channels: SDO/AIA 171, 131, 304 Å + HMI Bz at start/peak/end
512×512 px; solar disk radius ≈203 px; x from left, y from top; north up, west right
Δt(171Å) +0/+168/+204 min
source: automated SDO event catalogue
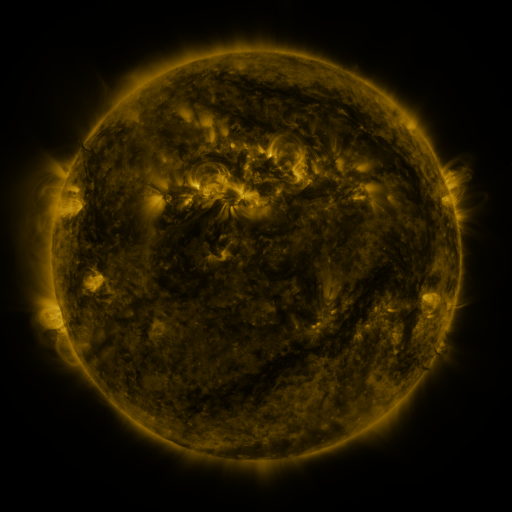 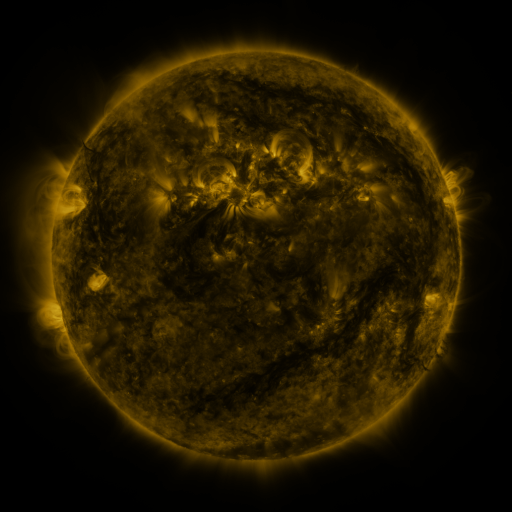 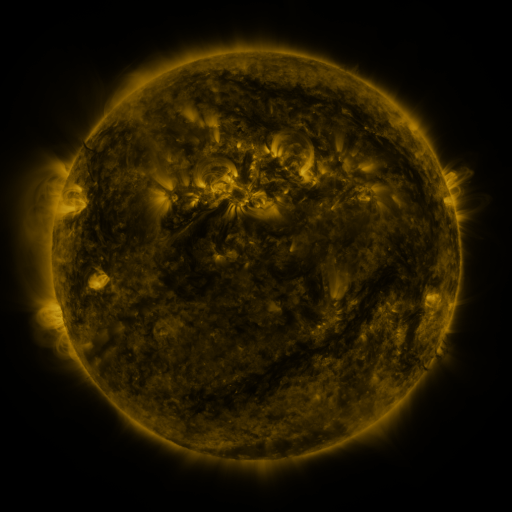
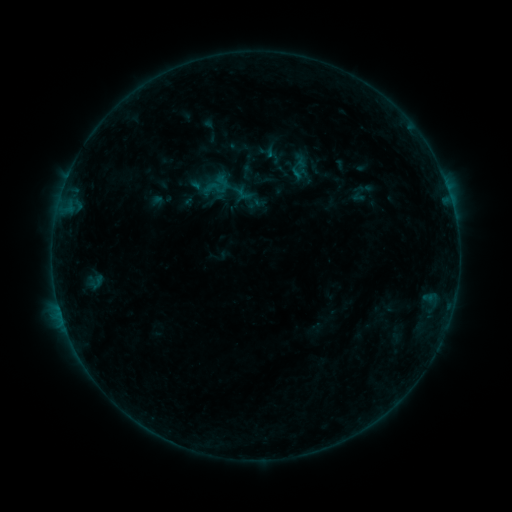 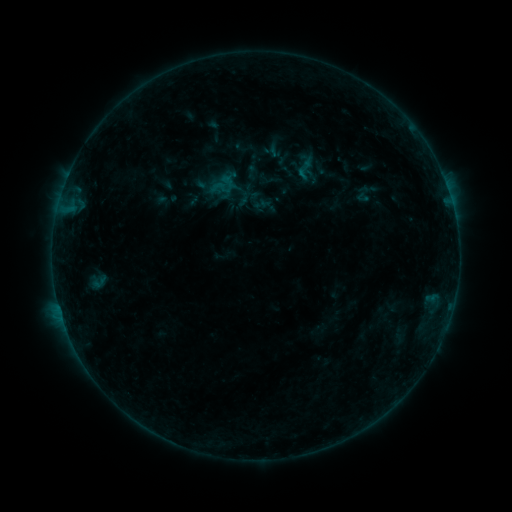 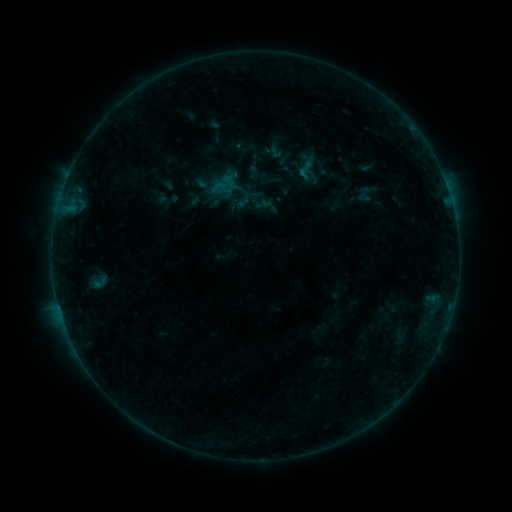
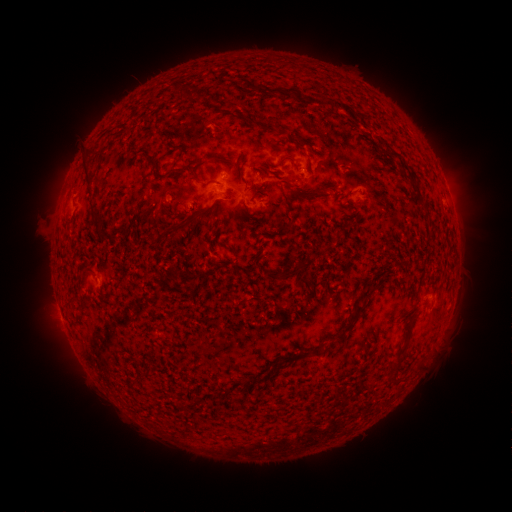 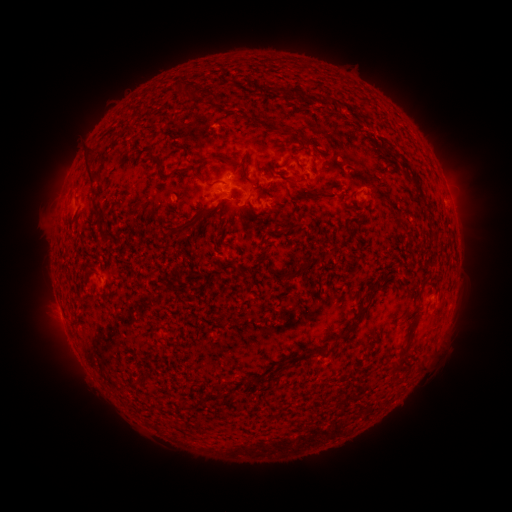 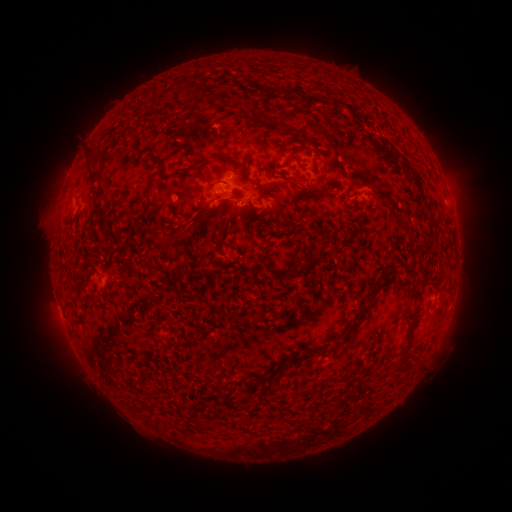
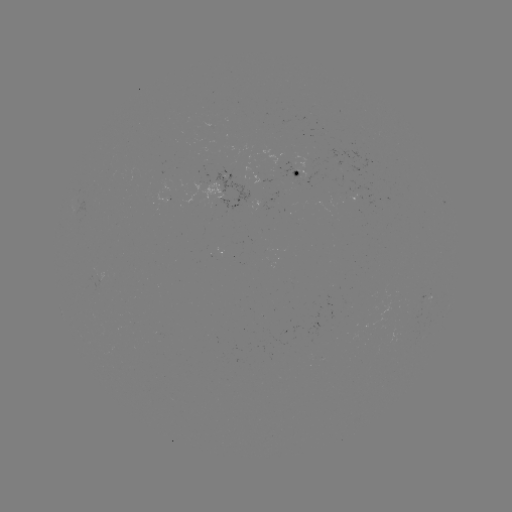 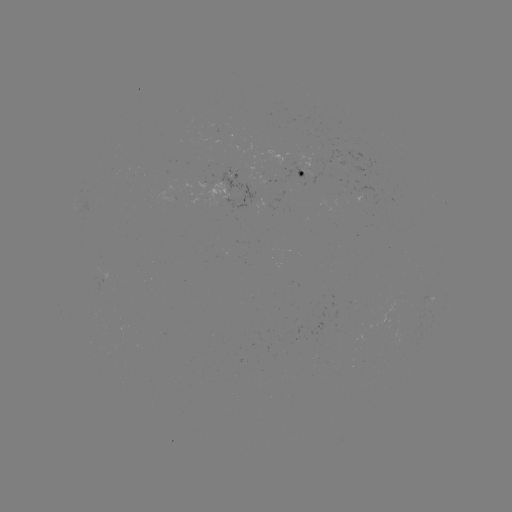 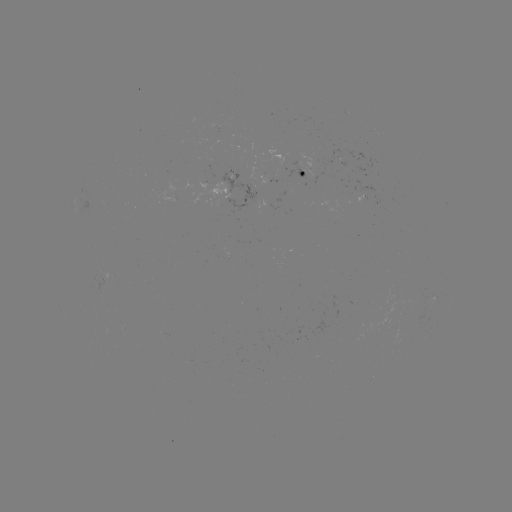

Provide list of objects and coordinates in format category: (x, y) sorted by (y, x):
emerging-flux region: (322, 359)
